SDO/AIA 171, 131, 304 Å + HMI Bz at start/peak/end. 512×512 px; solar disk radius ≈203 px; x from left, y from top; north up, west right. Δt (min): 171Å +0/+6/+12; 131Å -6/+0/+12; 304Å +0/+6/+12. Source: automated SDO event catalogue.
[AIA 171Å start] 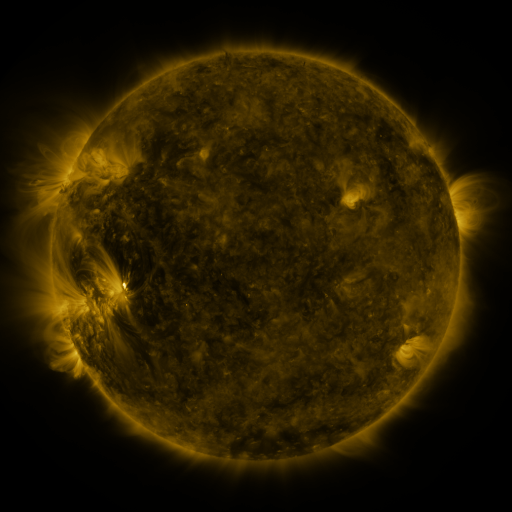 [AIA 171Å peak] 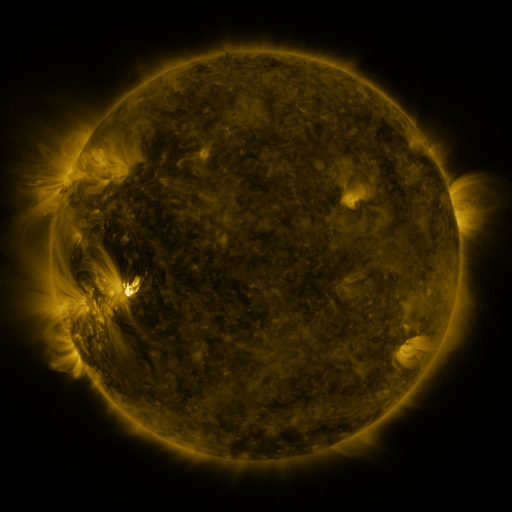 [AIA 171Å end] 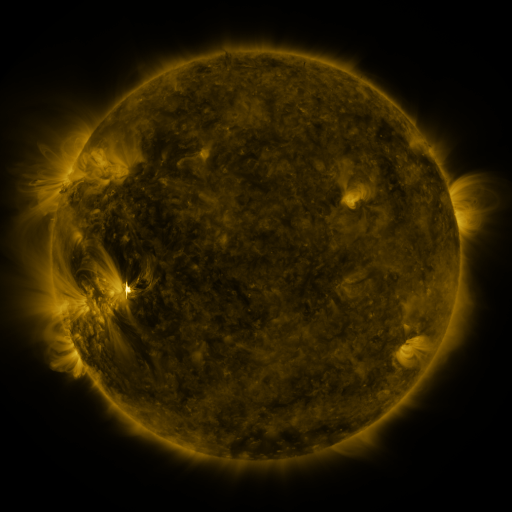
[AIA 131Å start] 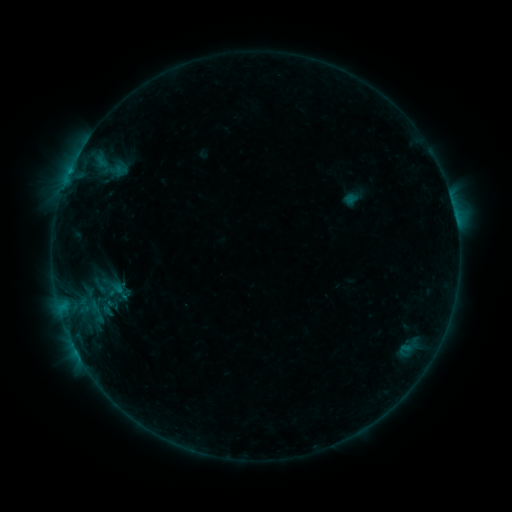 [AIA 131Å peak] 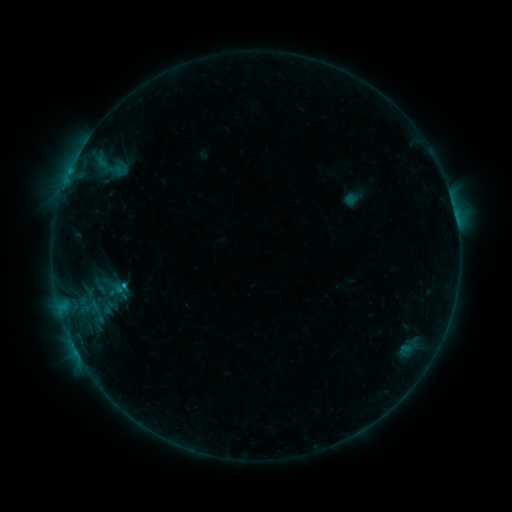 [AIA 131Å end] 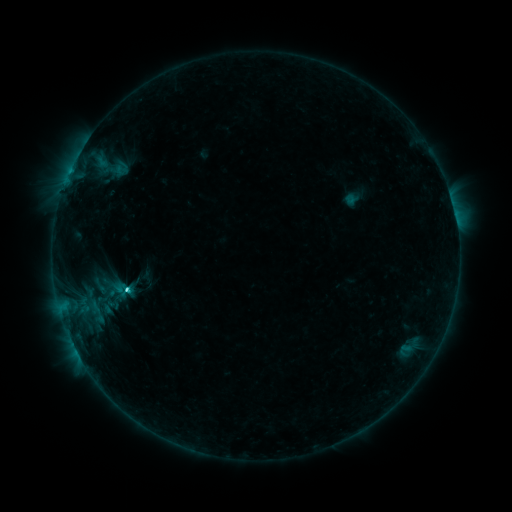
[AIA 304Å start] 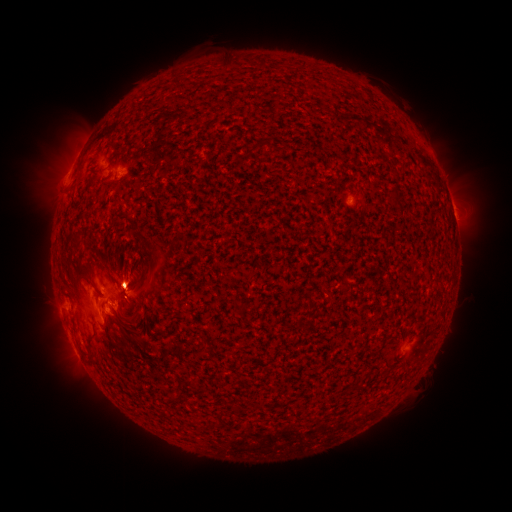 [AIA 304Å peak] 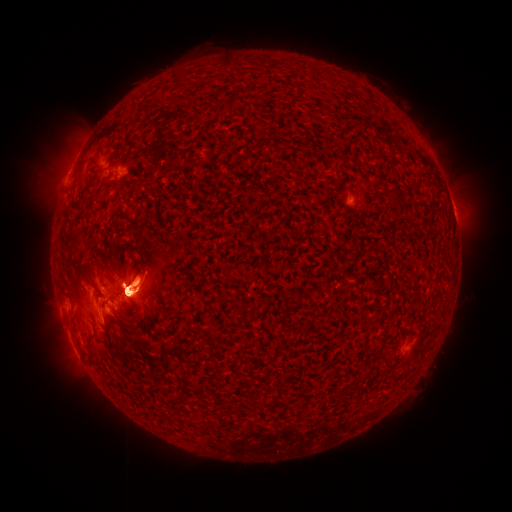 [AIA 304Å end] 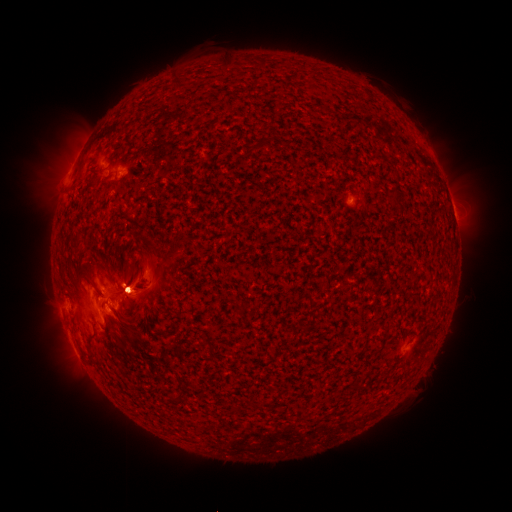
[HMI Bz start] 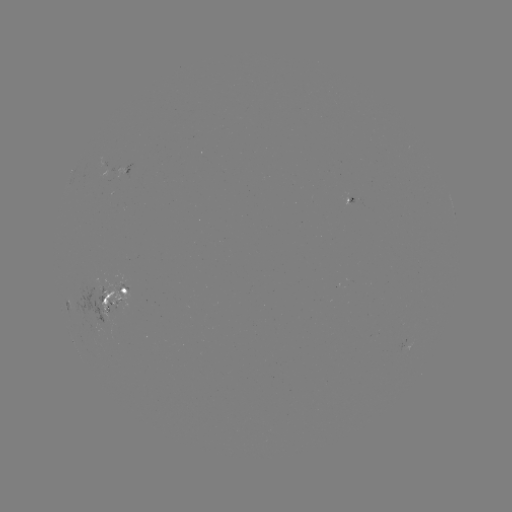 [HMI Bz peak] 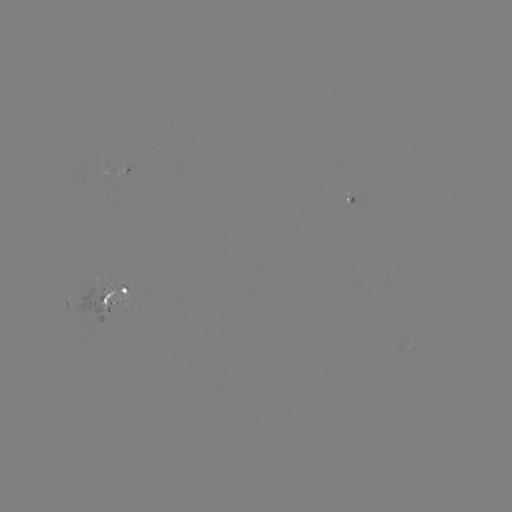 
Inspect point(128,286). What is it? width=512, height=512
C9.1 flare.